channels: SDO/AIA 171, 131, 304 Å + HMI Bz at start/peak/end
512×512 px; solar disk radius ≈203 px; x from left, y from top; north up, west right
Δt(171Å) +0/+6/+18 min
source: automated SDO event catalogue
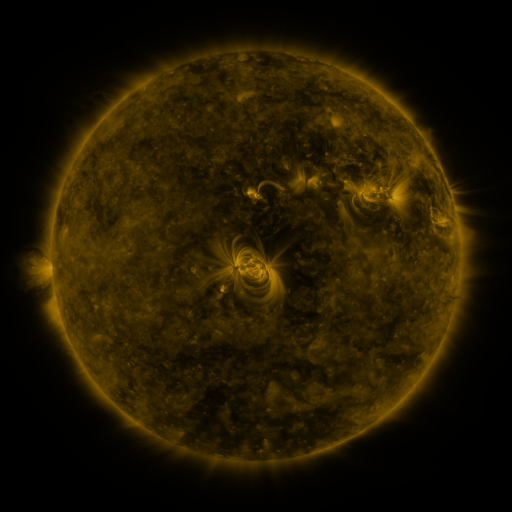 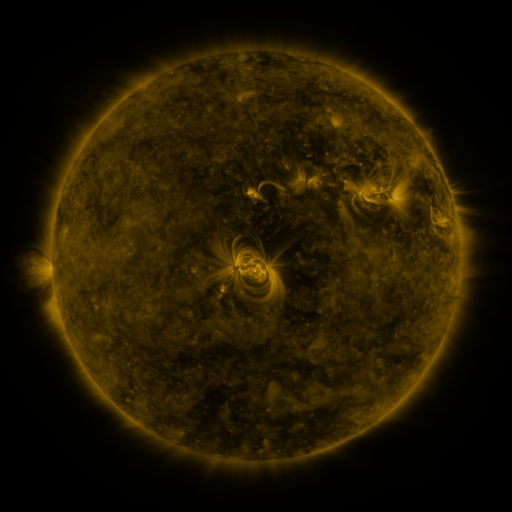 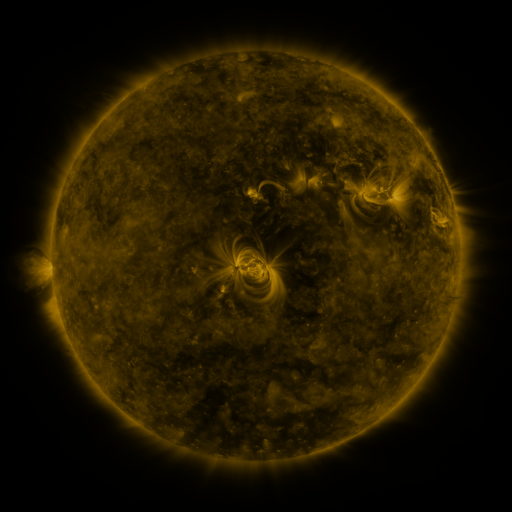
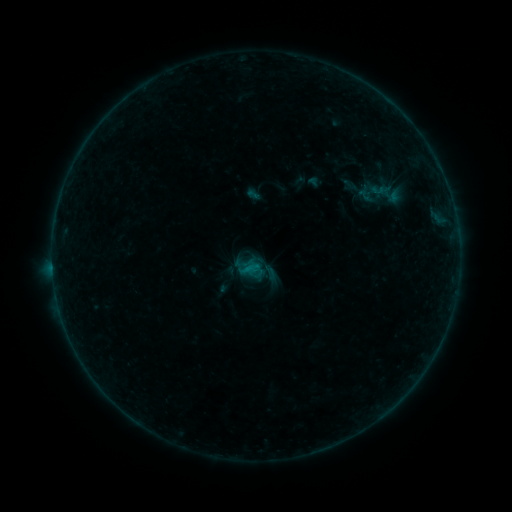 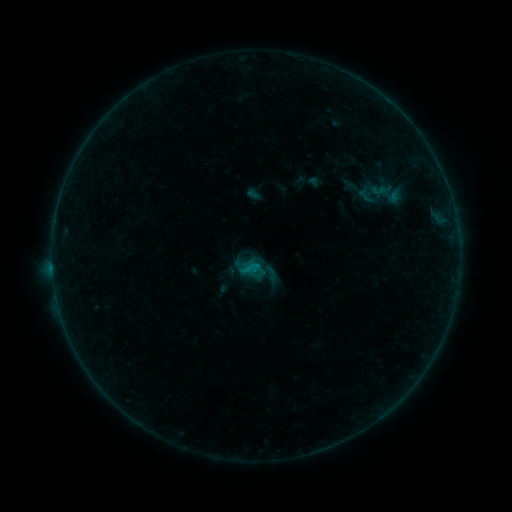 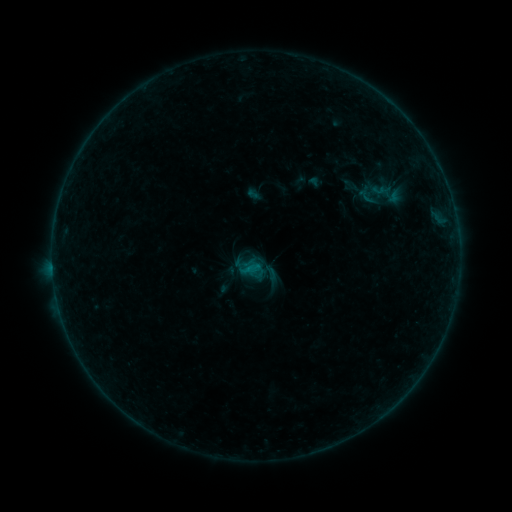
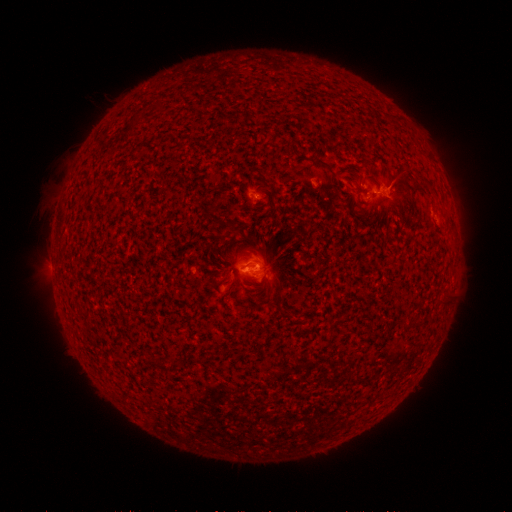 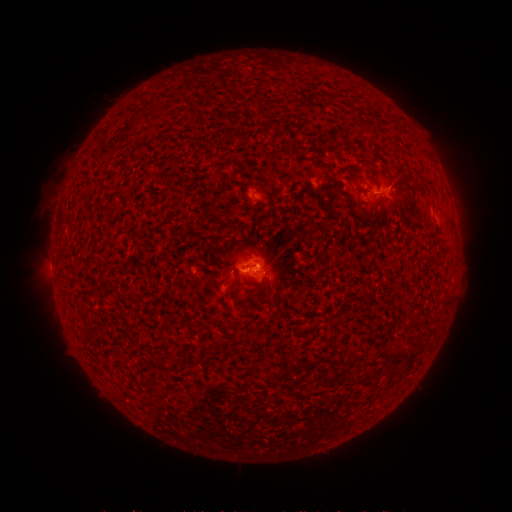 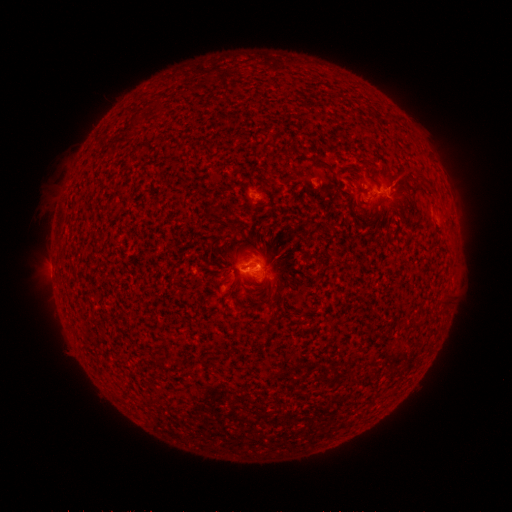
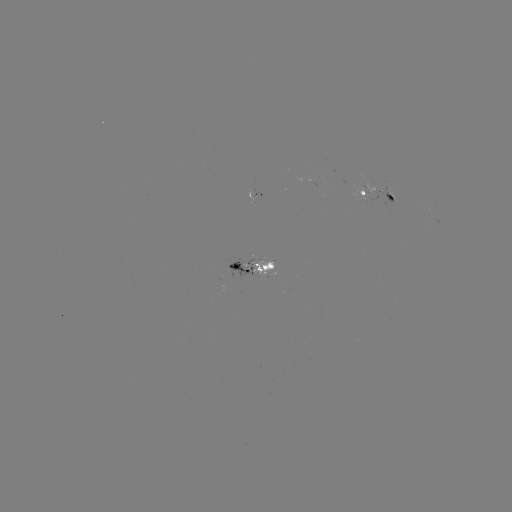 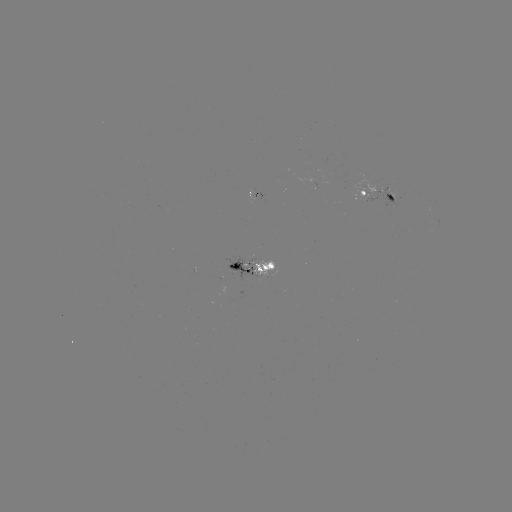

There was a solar flare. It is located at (256, 268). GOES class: B3.8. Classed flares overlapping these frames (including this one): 2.